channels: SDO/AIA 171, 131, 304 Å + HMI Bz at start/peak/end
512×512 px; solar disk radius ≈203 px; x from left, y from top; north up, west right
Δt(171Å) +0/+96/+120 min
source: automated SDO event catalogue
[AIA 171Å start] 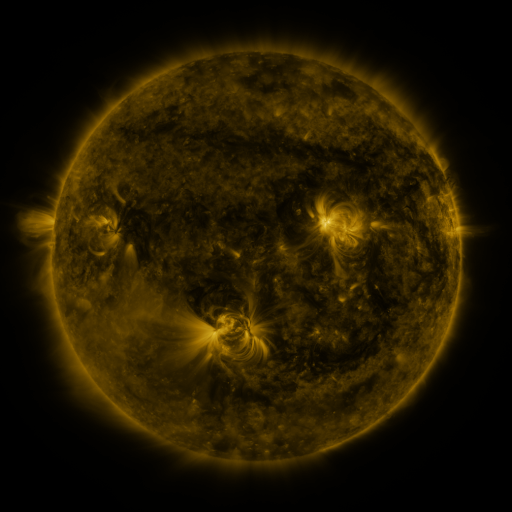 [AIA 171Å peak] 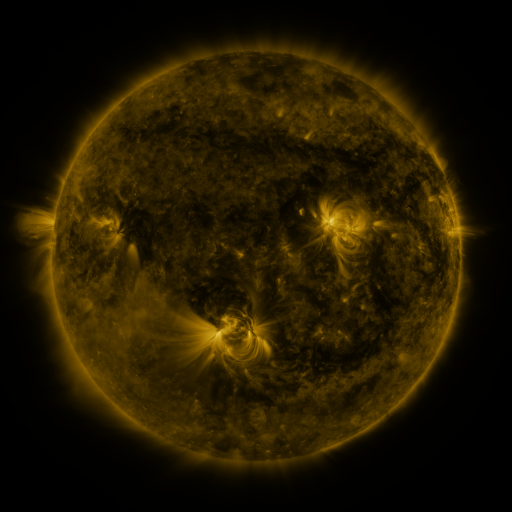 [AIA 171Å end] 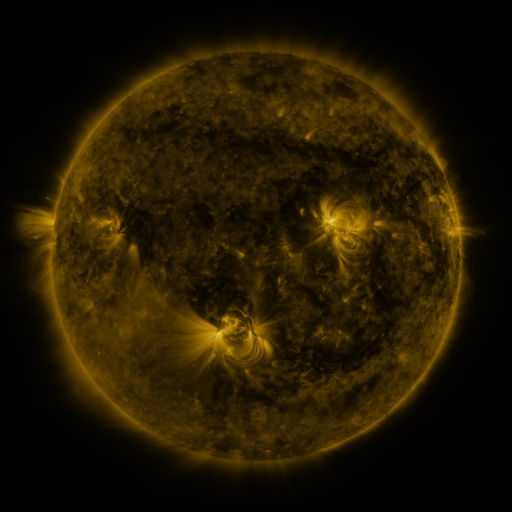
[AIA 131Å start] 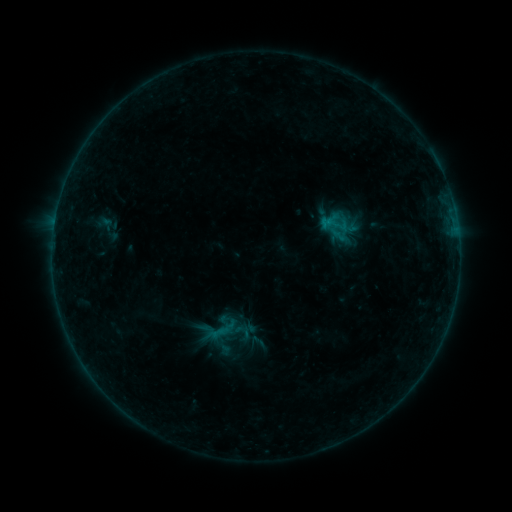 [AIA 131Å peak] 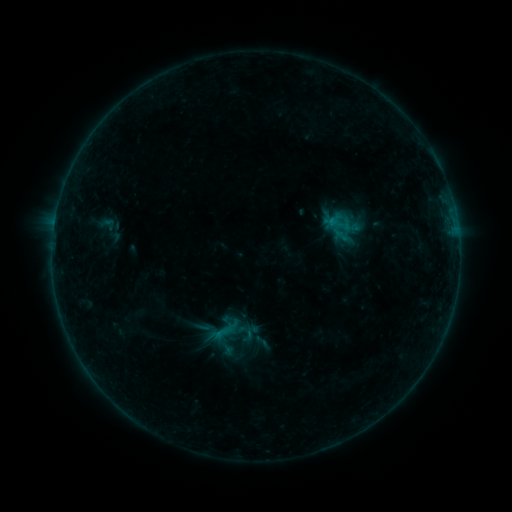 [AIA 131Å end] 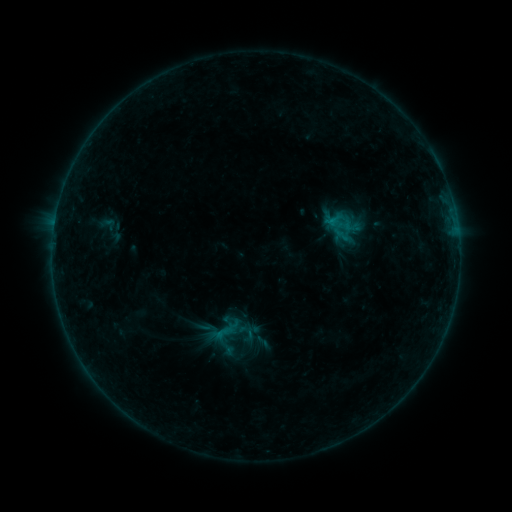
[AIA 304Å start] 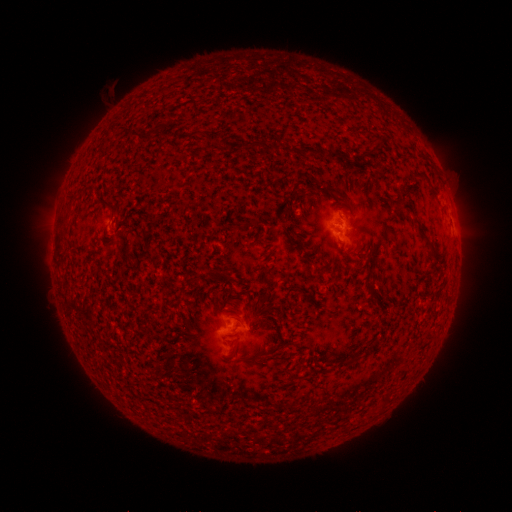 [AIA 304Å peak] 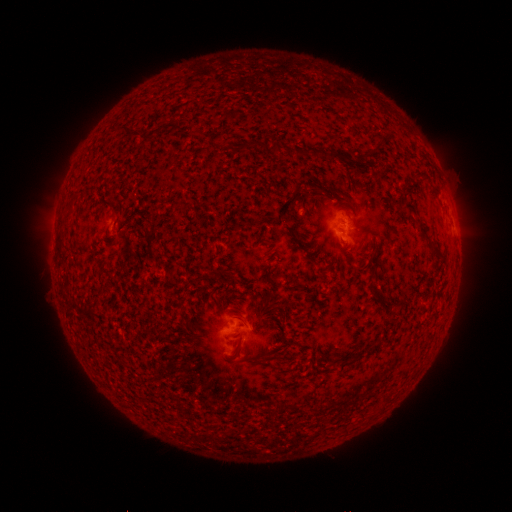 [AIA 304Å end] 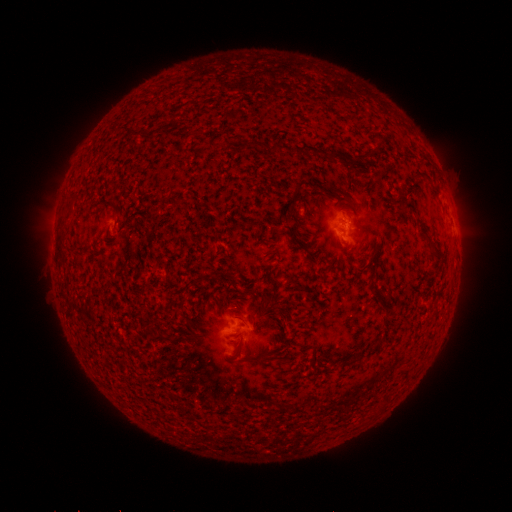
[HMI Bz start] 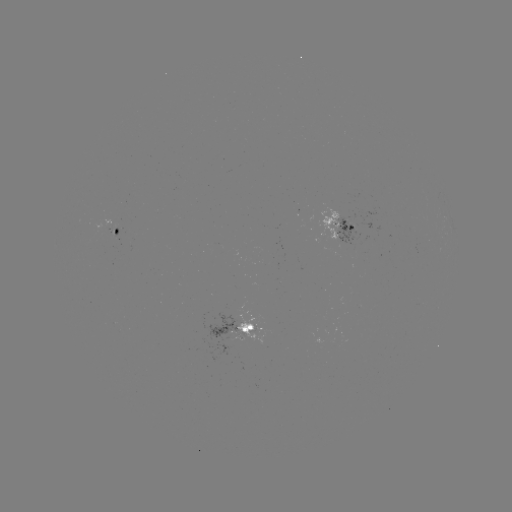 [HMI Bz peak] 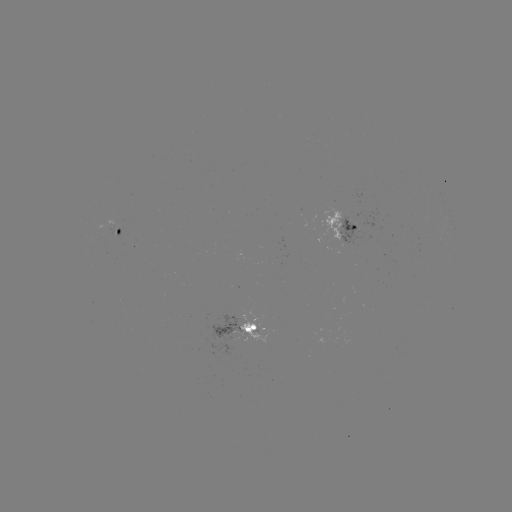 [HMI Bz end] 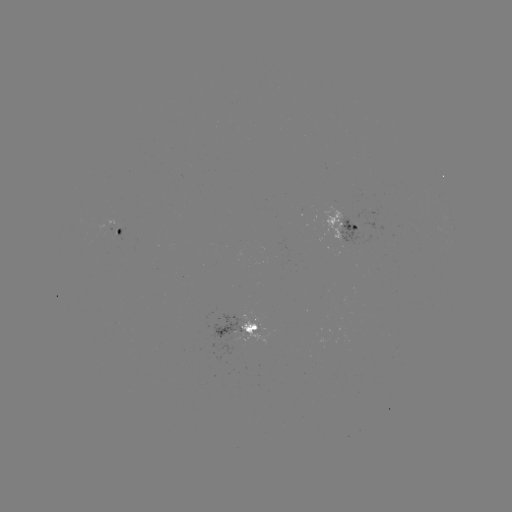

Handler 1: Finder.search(emerging-flux region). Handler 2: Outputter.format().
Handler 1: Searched emerging-flux region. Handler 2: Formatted (231, 332).